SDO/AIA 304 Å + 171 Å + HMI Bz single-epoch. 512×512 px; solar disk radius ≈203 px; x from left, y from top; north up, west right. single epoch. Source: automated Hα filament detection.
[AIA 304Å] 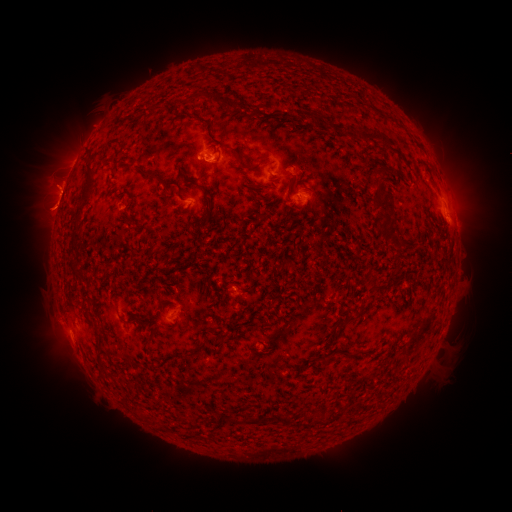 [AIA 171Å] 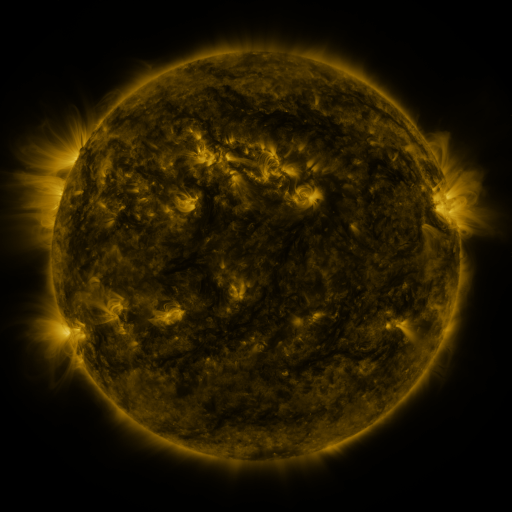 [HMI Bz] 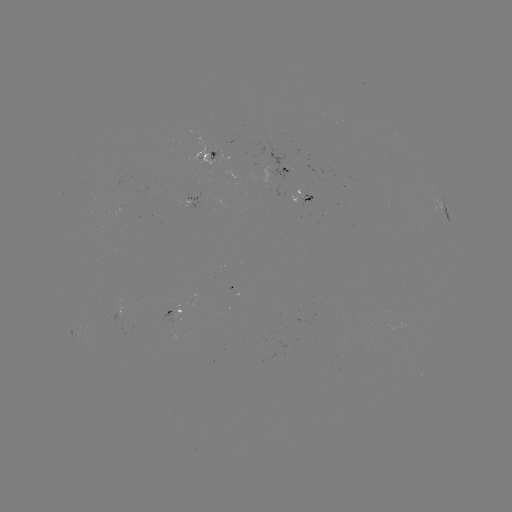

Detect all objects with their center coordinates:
filament: (206, 91, 217, 102)
filament: (363, 132, 378, 143)
filament: (385, 136, 399, 148)
filament: (78, 162, 96, 195)
filament: (144, 171, 153, 179)
filament: (371, 178, 385, 198)
filament: (376, 198, 396, 215)
filament: (385, 214, 394, 225)
filament: (394, 240, 412, 251)
filament: (370, 283, 378, 292)
filament: (346, 316, 355, 323)
